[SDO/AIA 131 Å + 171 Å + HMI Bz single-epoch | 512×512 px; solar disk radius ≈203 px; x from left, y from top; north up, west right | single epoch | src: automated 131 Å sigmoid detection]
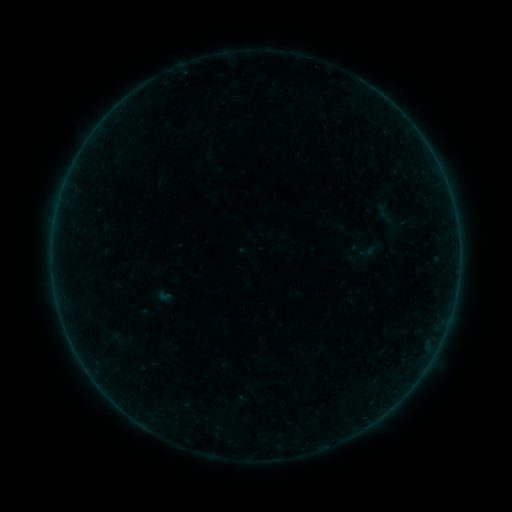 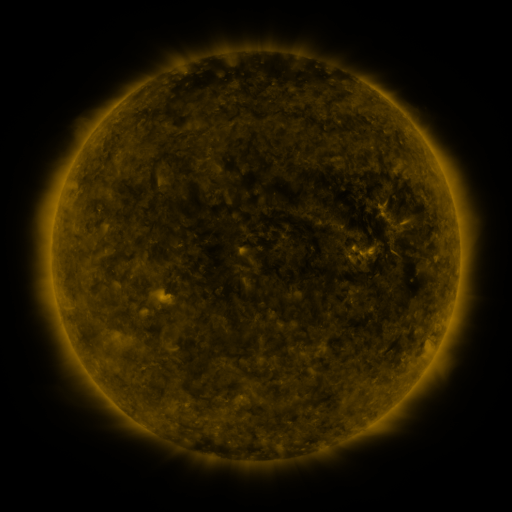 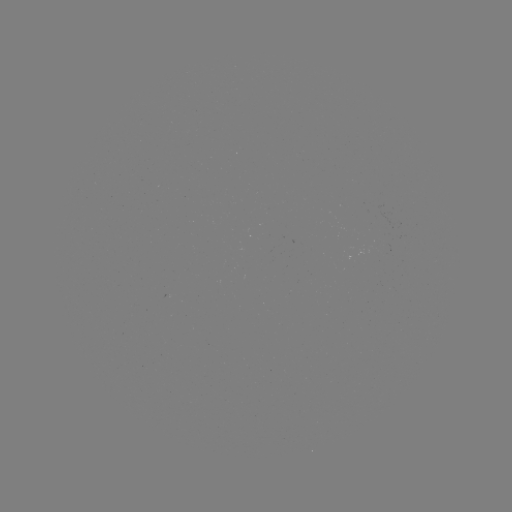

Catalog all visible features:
sigmoid: [348, 234, 381, 265]
